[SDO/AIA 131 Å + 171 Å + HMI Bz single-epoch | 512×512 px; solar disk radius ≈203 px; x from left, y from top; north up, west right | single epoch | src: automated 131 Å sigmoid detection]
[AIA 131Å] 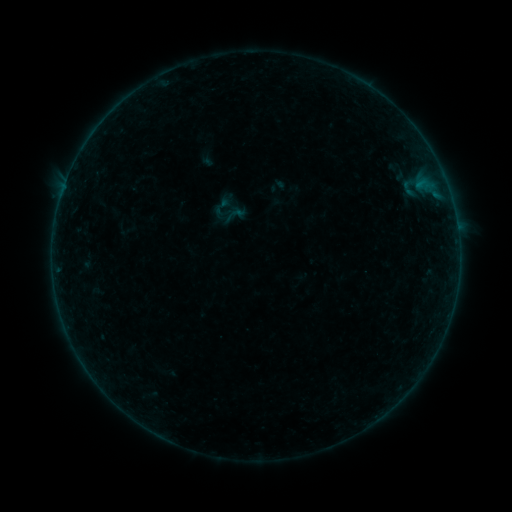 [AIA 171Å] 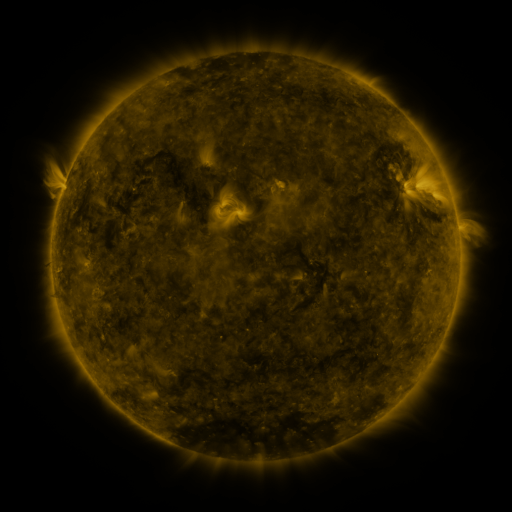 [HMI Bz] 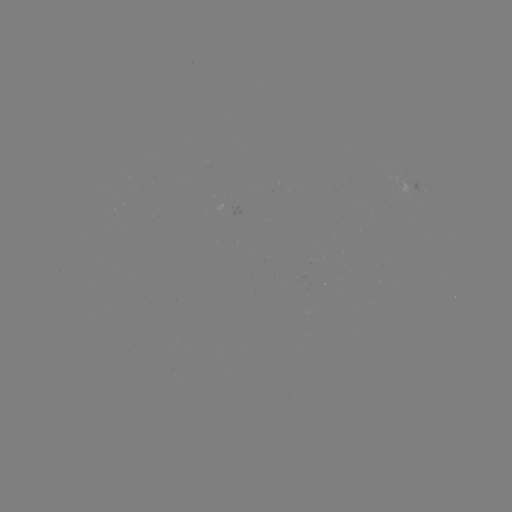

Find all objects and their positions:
sigmoid: <bbox>211, 196, 232, 217</bbox>
sigmoid: <bbox>226, 204, 245, 224</bbox>
